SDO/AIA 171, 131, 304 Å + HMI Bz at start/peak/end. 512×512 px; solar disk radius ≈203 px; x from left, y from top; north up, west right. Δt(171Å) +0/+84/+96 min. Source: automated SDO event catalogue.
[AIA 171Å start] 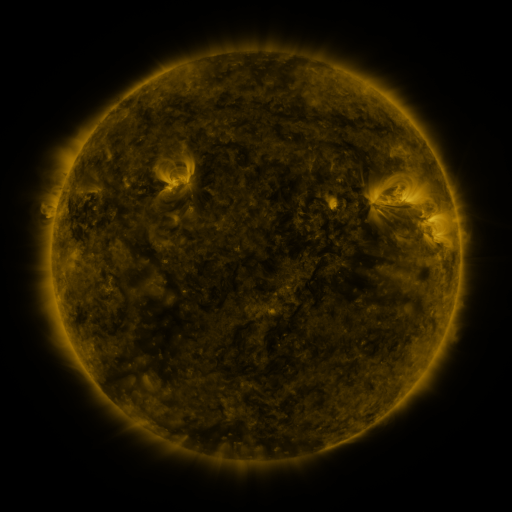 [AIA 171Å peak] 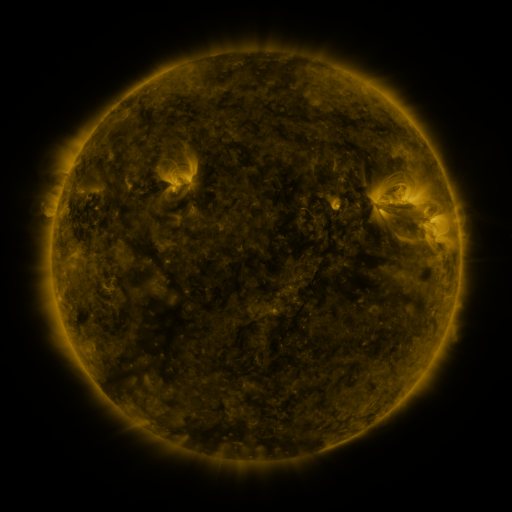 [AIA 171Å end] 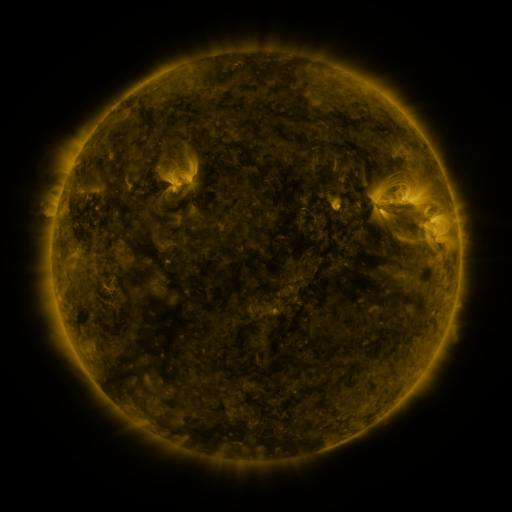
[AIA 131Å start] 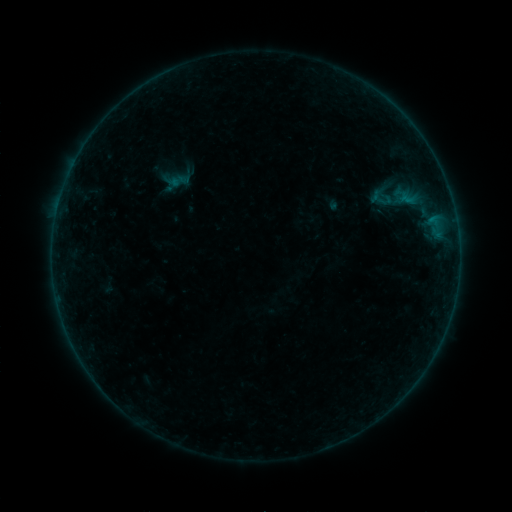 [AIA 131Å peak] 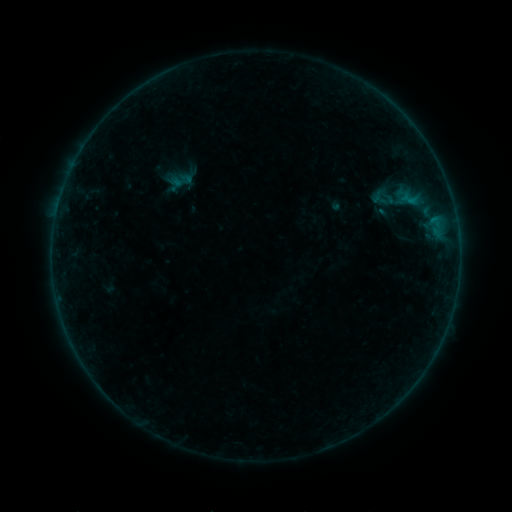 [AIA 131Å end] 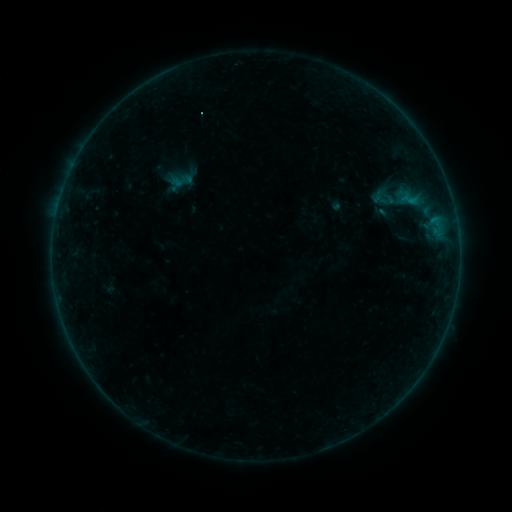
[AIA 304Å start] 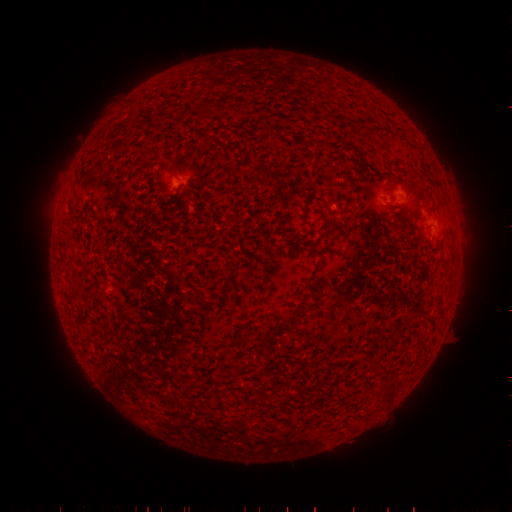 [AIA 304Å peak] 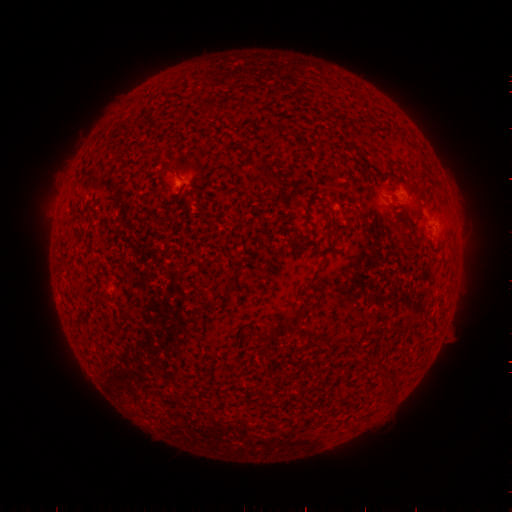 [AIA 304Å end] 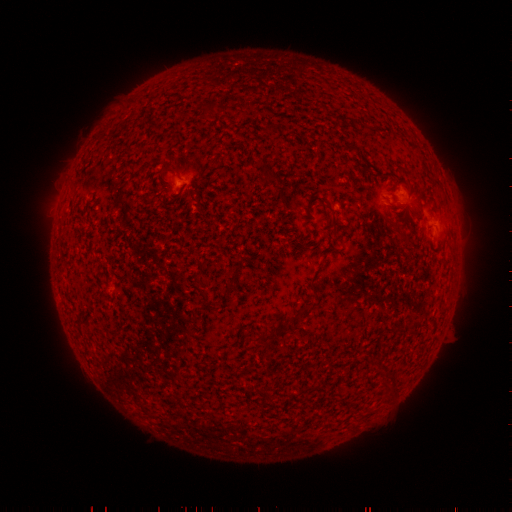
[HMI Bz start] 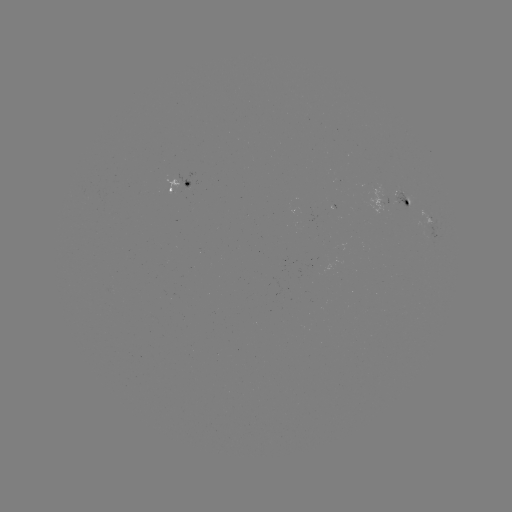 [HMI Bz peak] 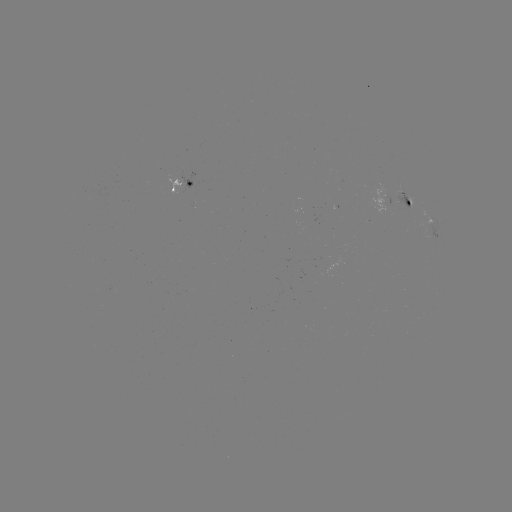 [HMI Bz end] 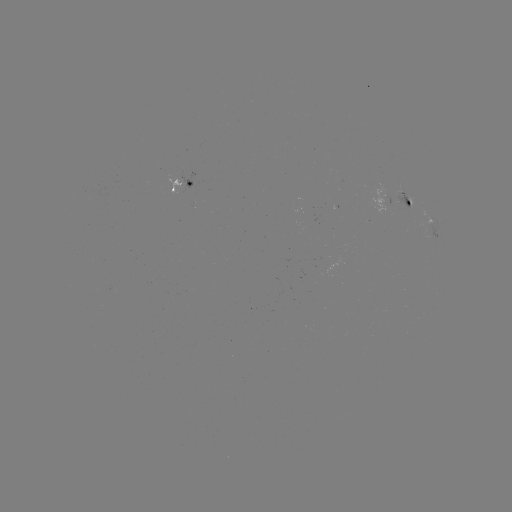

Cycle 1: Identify emerging-flux region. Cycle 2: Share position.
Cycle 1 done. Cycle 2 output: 401,197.